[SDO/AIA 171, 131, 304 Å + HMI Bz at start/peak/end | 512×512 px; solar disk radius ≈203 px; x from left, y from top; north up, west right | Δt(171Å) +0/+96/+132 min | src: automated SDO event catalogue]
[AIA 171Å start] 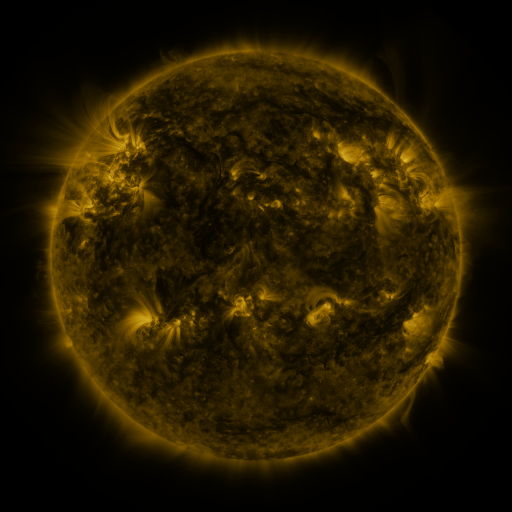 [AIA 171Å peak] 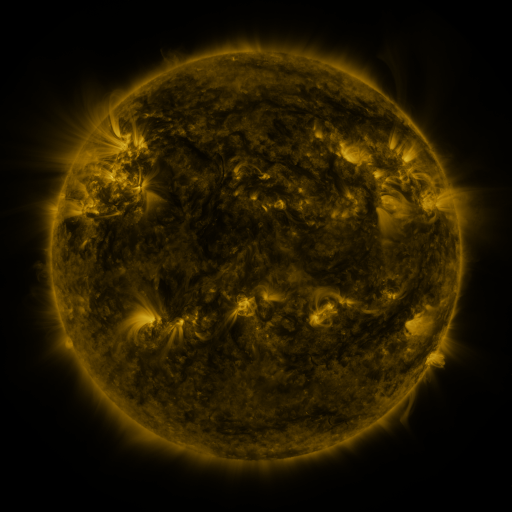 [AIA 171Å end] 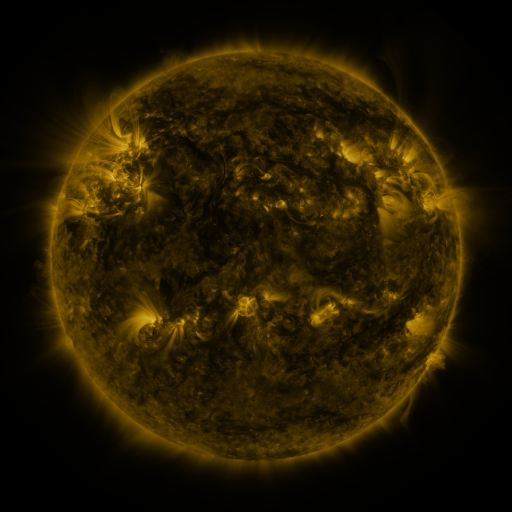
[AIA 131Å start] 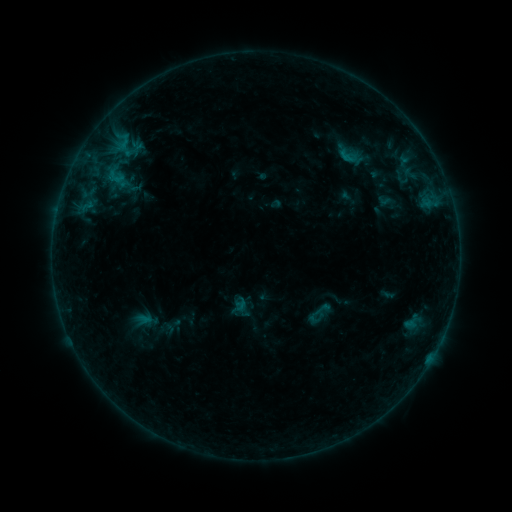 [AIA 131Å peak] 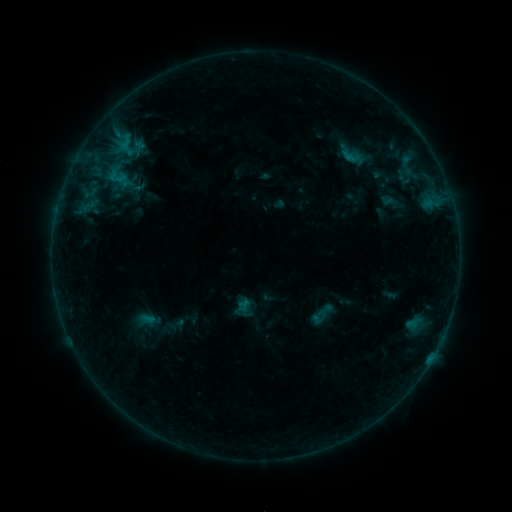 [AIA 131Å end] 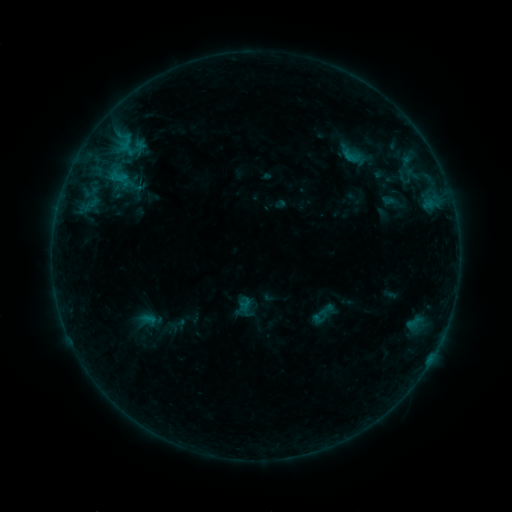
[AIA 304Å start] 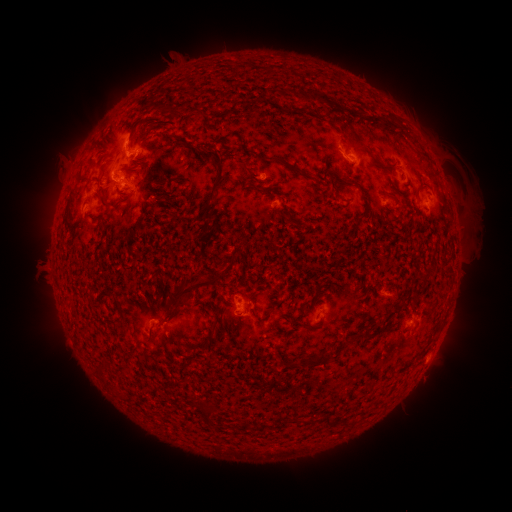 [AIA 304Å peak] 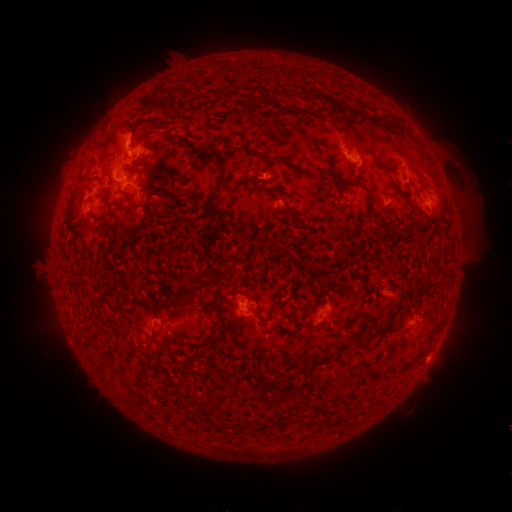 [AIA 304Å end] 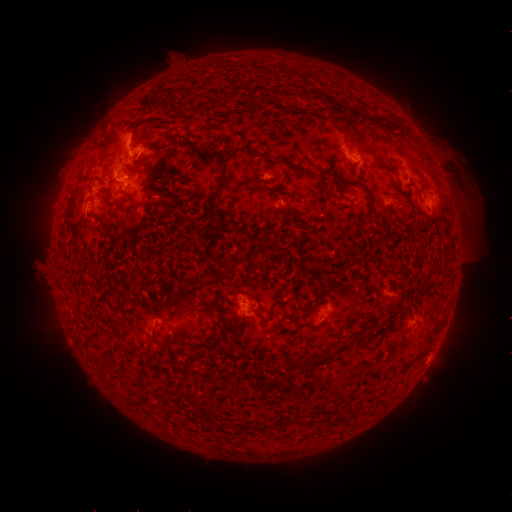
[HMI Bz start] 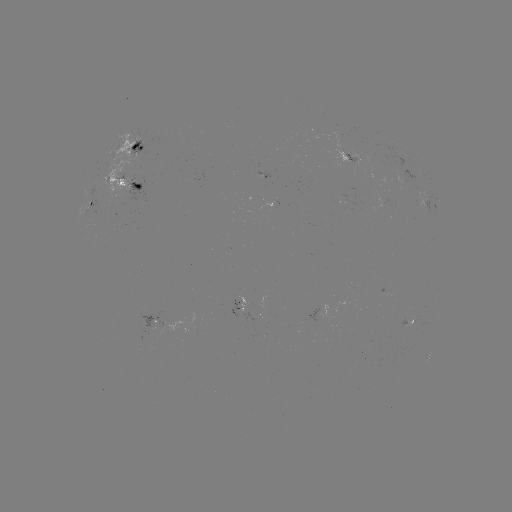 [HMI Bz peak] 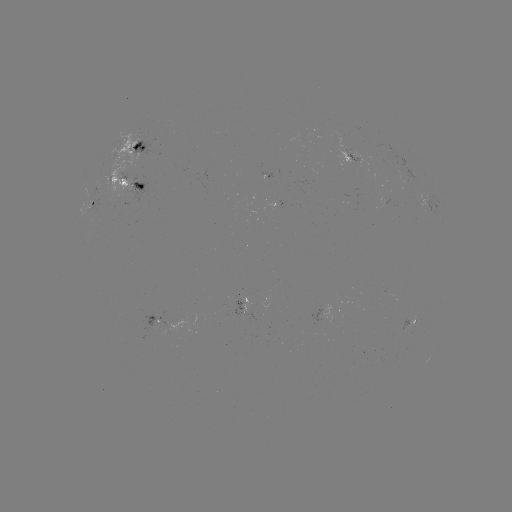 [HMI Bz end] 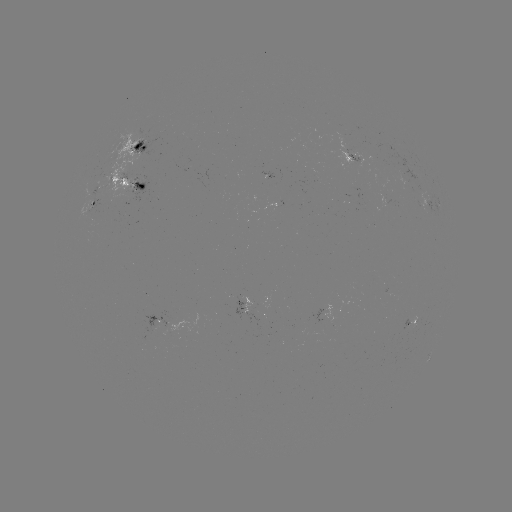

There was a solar emerging-flux region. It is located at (355, 157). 